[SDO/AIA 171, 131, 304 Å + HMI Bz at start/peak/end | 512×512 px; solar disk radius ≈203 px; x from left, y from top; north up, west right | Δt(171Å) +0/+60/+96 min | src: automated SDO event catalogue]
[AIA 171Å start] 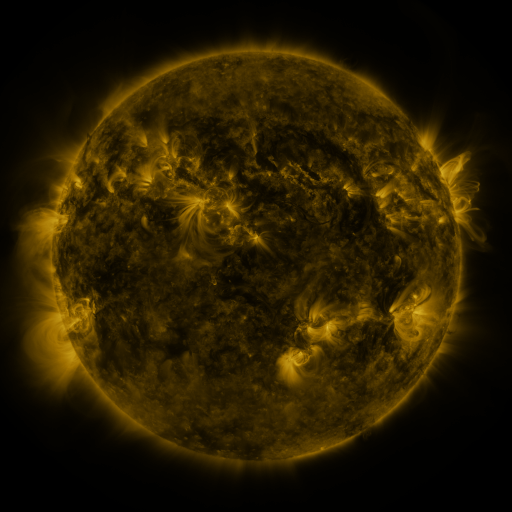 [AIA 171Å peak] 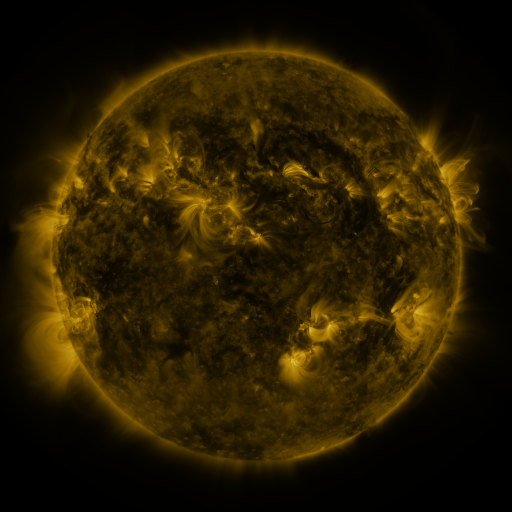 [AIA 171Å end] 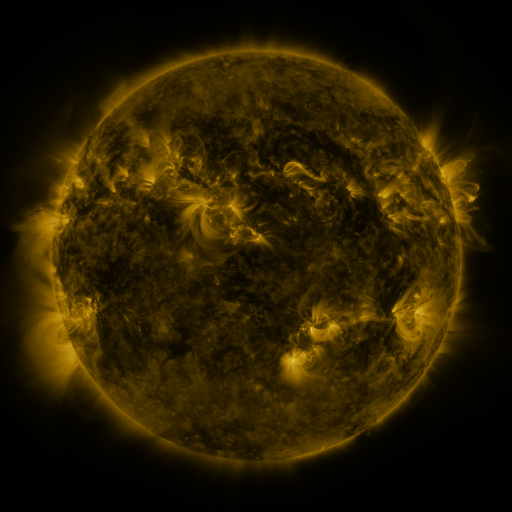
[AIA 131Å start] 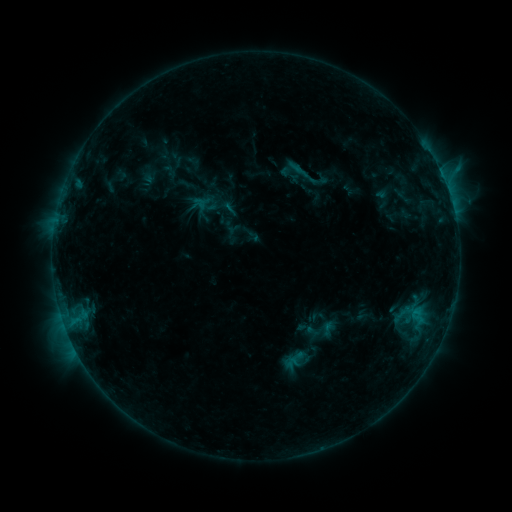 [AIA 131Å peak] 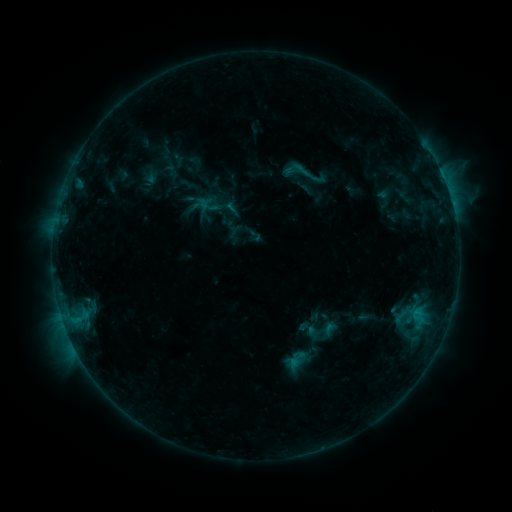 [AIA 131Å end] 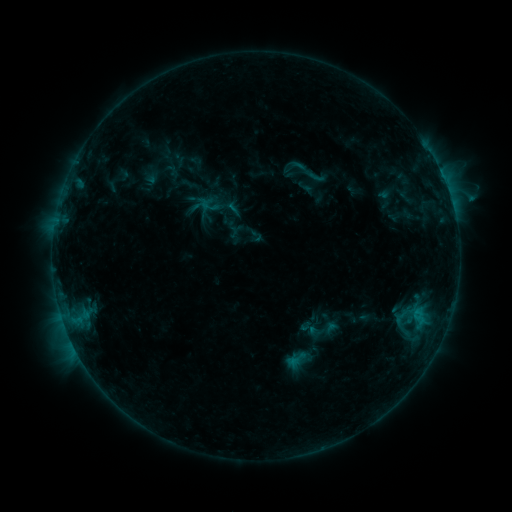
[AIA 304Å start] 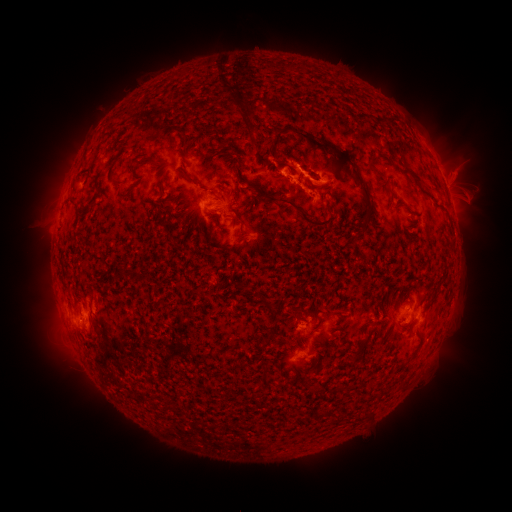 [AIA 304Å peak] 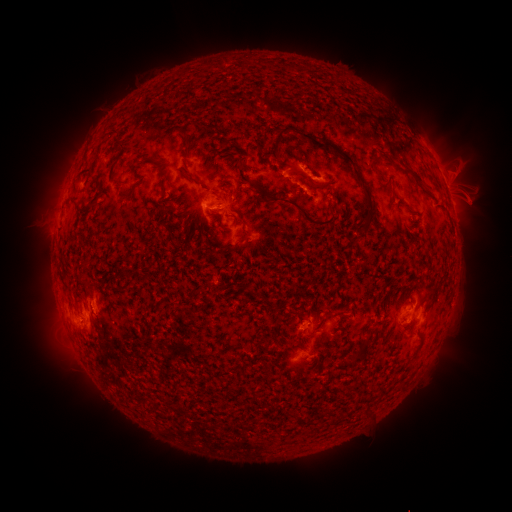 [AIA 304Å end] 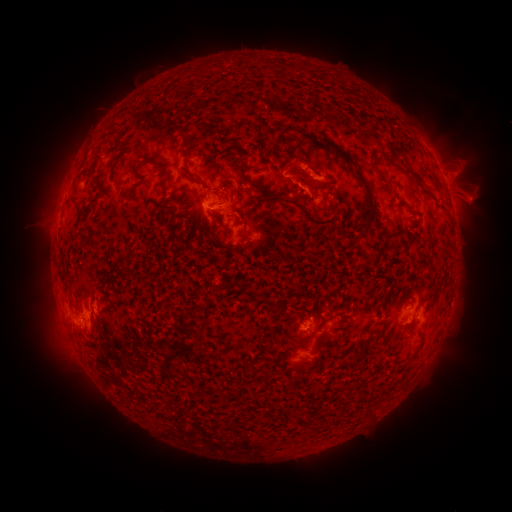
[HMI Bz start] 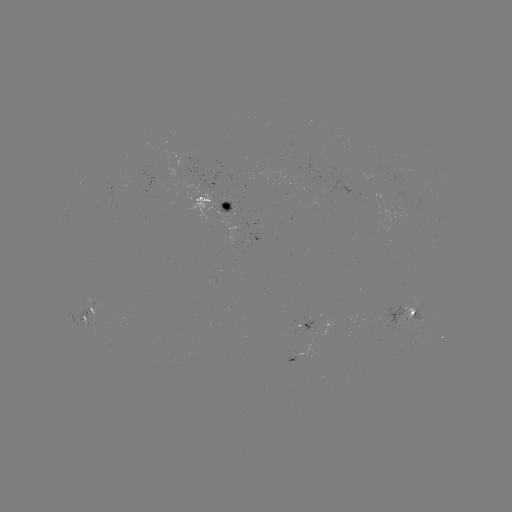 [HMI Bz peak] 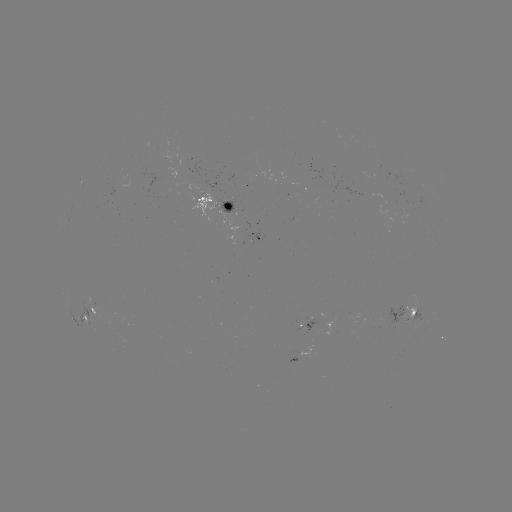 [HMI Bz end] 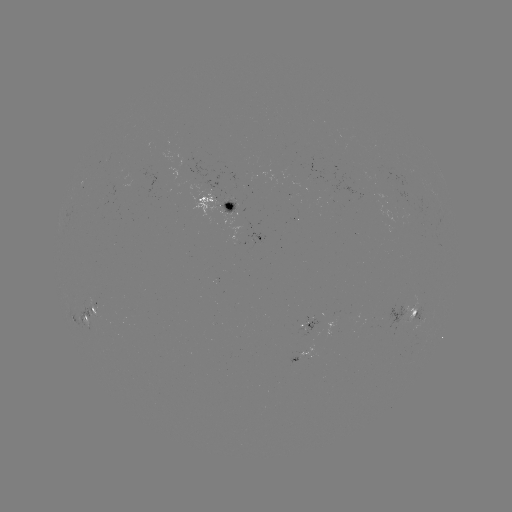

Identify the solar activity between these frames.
emerging-flux region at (224, 206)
